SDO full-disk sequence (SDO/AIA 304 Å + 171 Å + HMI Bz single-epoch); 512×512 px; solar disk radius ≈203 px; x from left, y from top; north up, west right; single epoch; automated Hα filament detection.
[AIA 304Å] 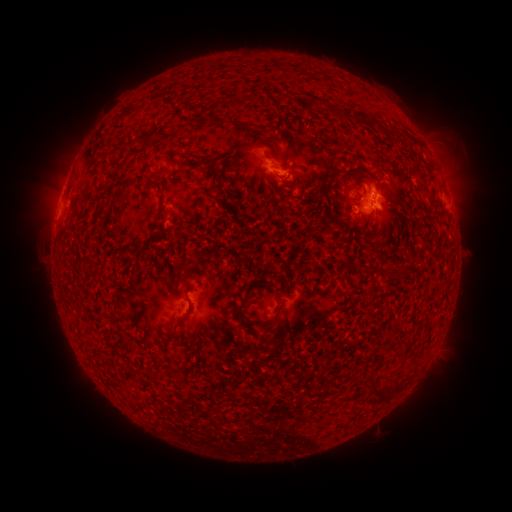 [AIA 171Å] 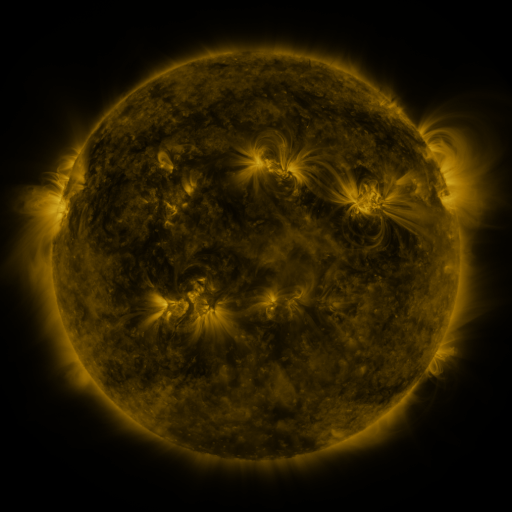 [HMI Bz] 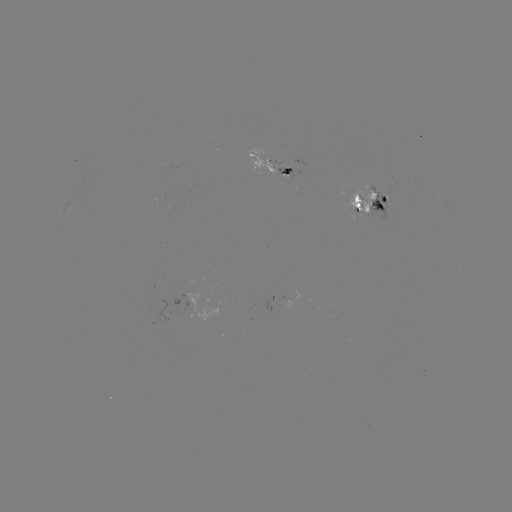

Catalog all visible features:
filament: (329, 107)
filament: (338, 113)
filament: (231, 122)
filament: (151, 134)
filament: (119, 167)
filament: (356, 198)
filament: (163, 210)
filament: (324, 220)
filament: (181, 268)
filament: (367, 270)
filament: (401, 271)
filament: (242, 306)
filament: (176, 325)
filament: (270, 325)
filament: (377, 392)
